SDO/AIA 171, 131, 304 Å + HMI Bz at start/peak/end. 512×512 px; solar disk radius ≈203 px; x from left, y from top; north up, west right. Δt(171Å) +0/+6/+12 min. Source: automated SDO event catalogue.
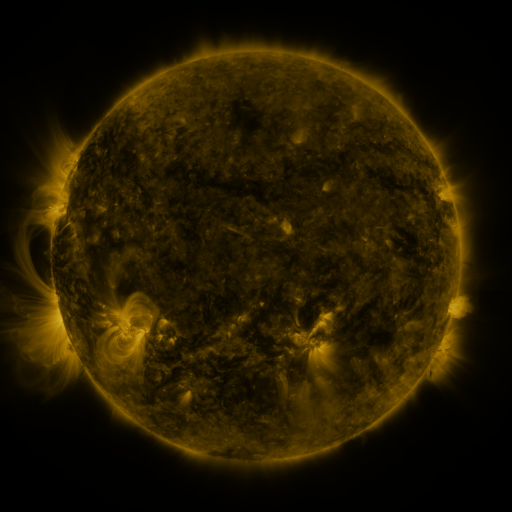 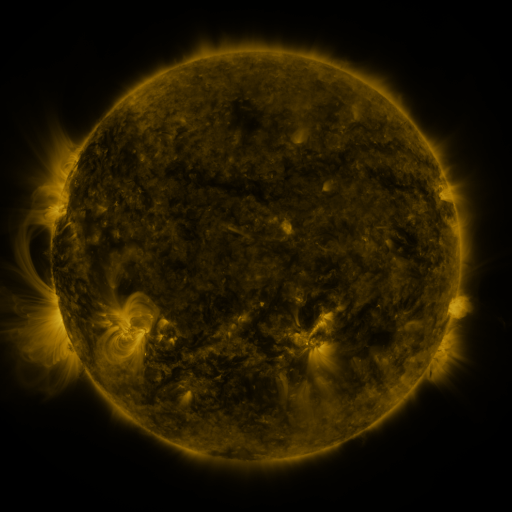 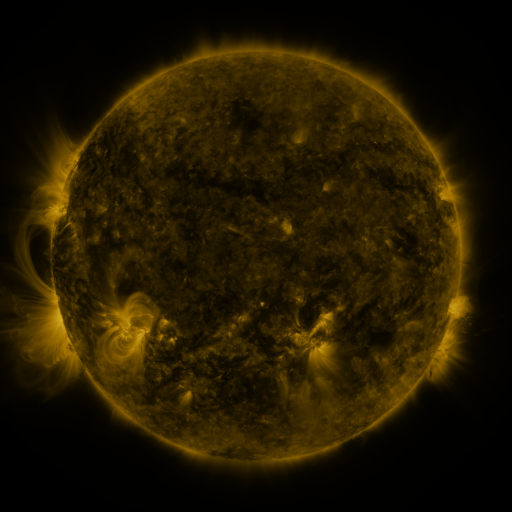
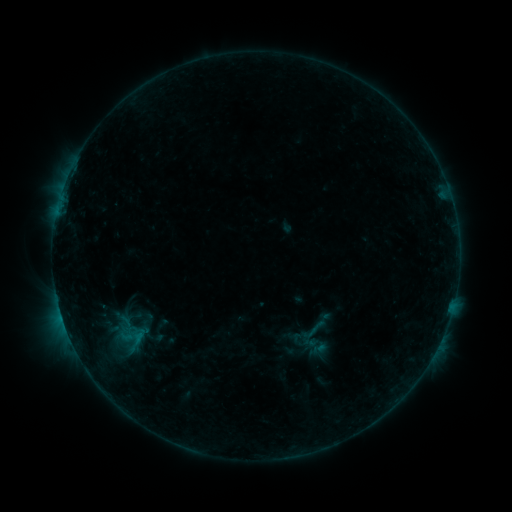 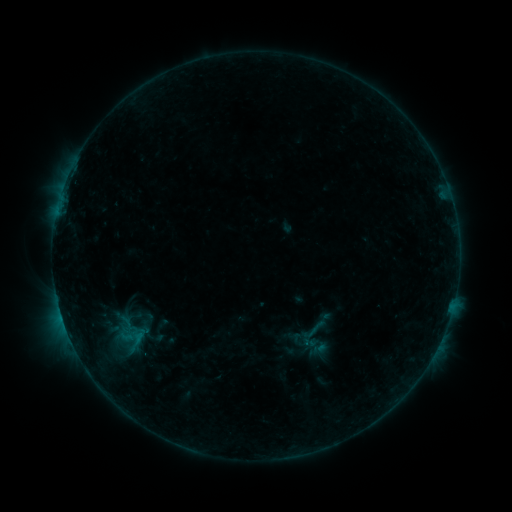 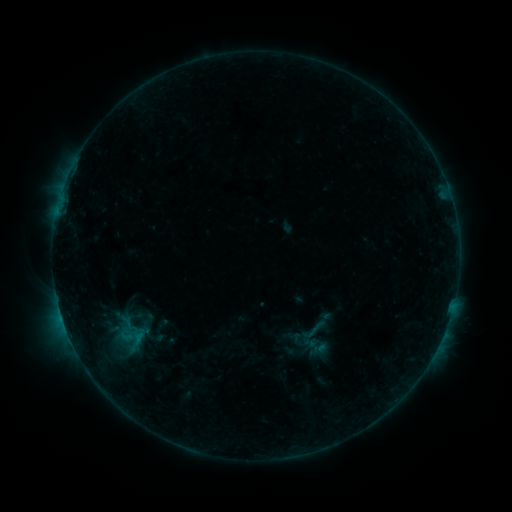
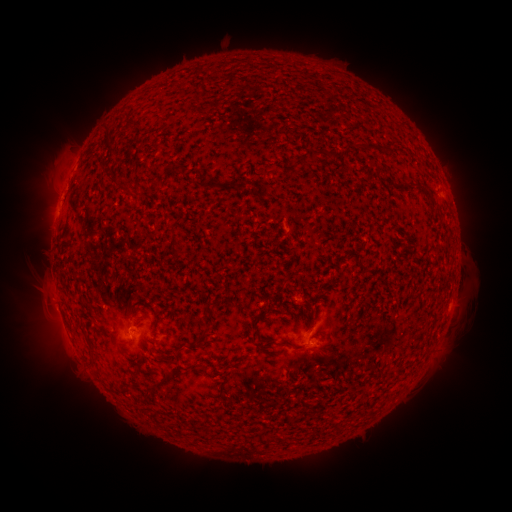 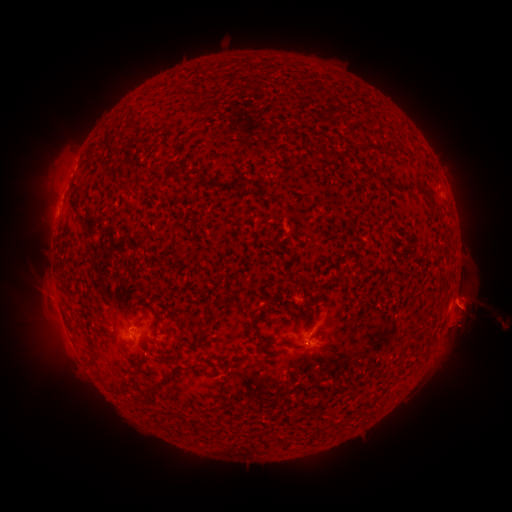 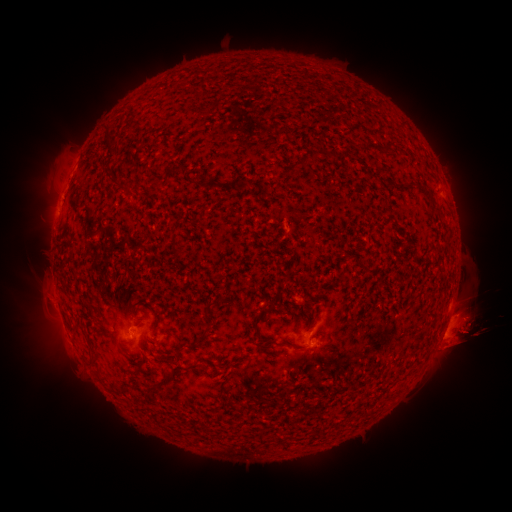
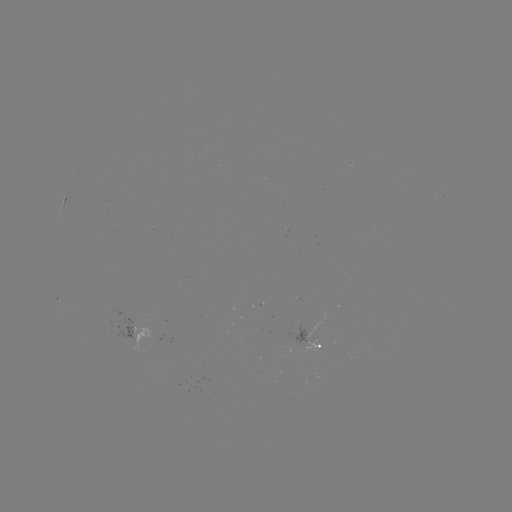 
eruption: <bbox>440, 286, 502, 343</bbox>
